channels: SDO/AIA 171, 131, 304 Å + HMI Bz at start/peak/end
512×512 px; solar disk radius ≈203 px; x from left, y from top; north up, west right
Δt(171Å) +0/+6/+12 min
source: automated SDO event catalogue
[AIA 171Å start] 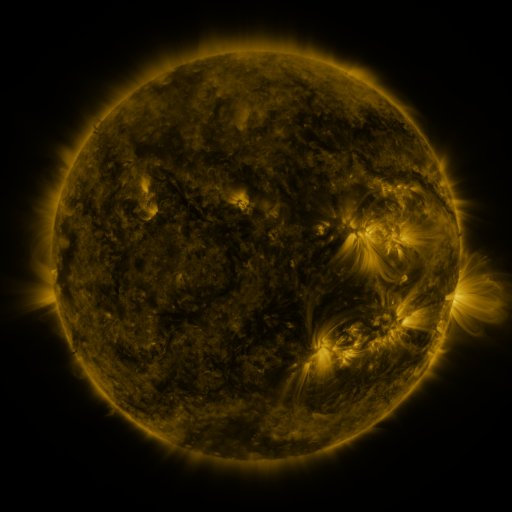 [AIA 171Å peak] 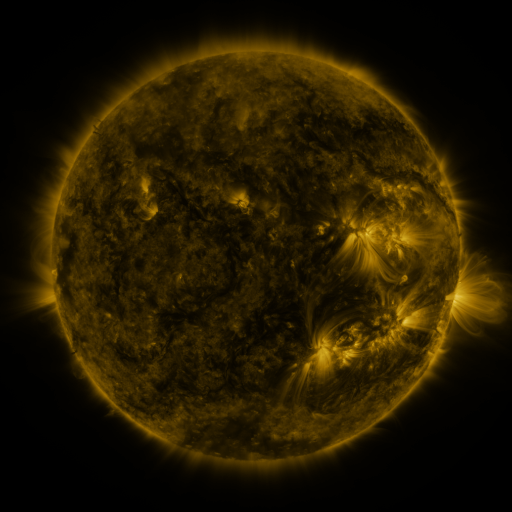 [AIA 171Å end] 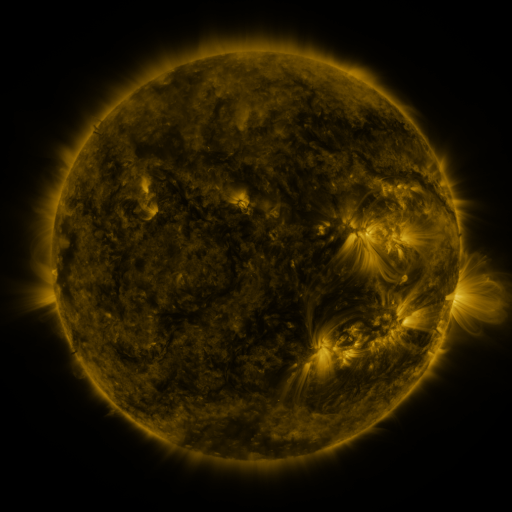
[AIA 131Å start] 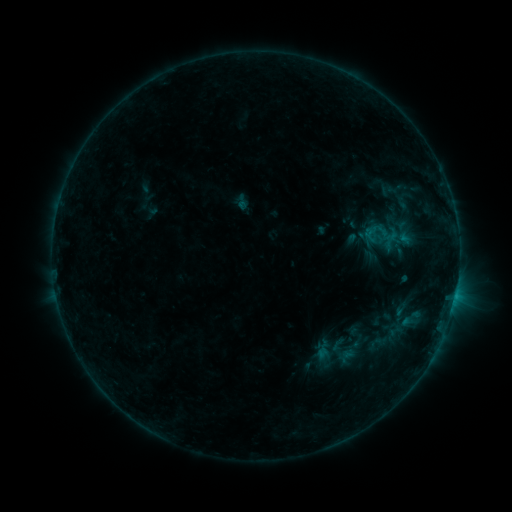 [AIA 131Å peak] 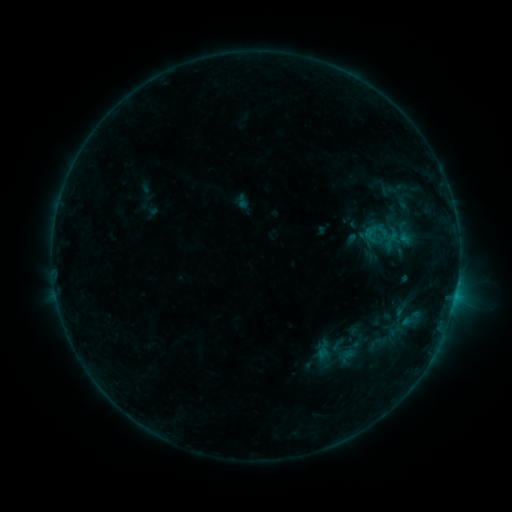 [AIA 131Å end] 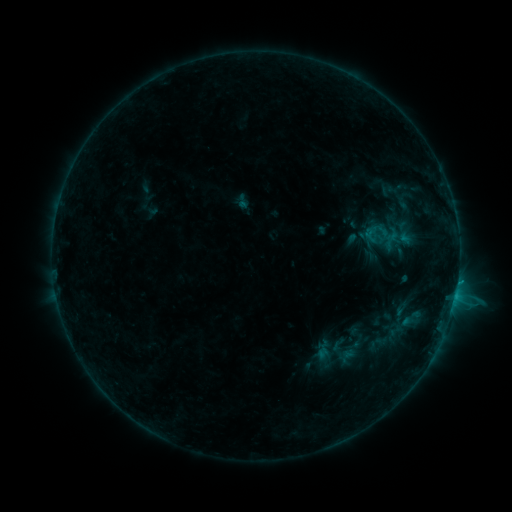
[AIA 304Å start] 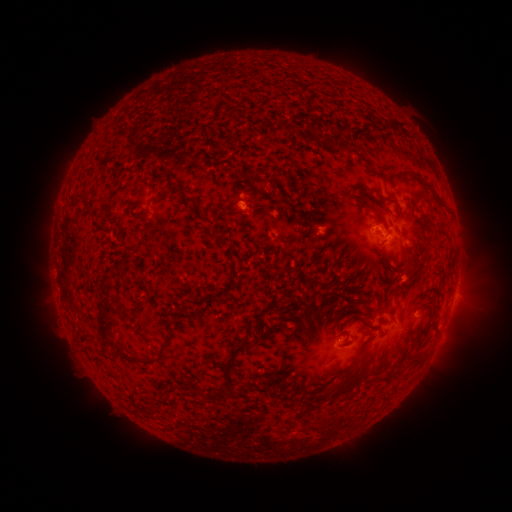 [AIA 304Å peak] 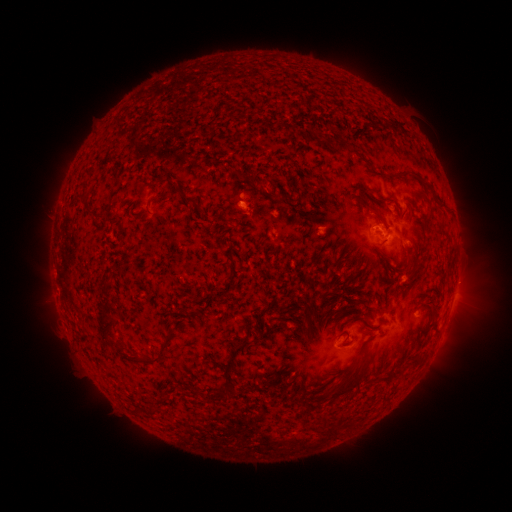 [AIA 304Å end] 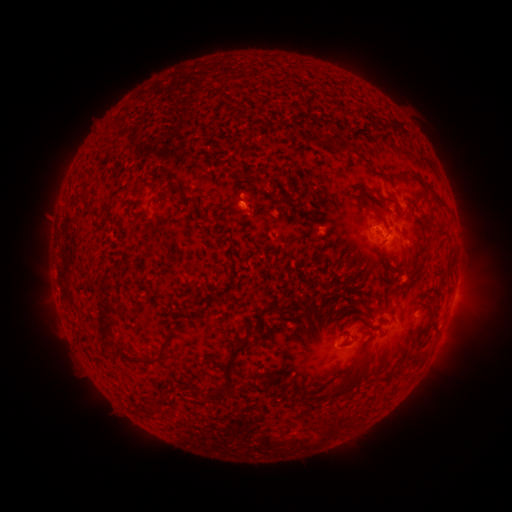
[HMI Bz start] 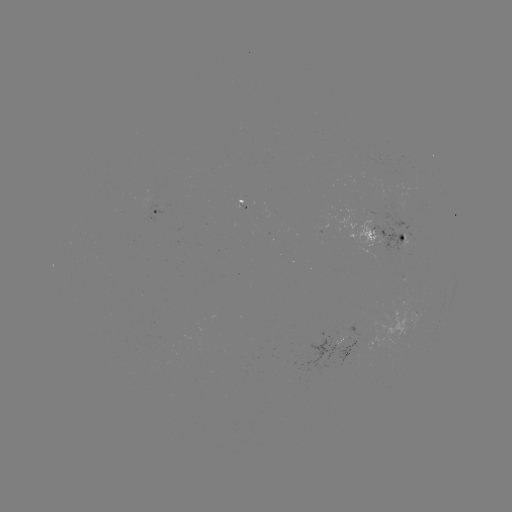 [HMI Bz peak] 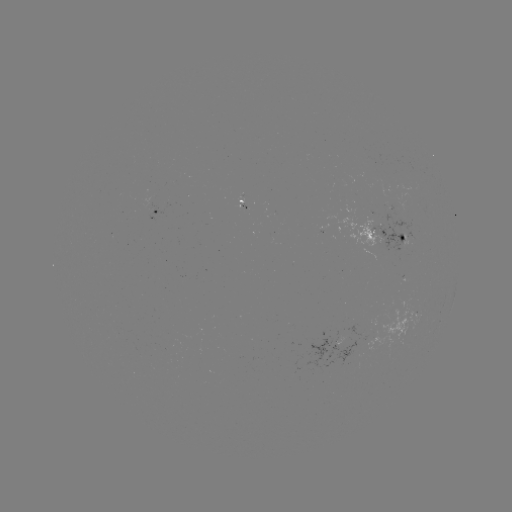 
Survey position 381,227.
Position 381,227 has B8.9 flare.